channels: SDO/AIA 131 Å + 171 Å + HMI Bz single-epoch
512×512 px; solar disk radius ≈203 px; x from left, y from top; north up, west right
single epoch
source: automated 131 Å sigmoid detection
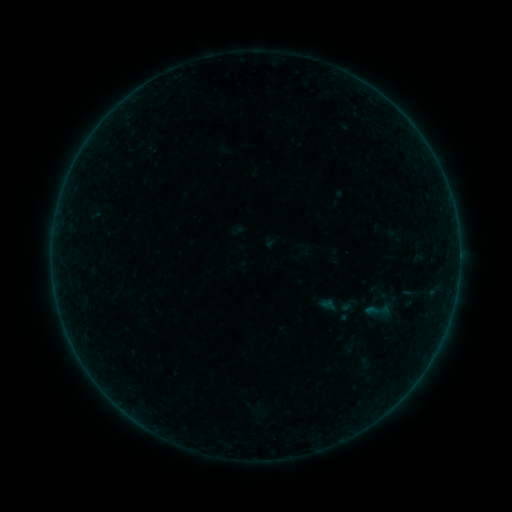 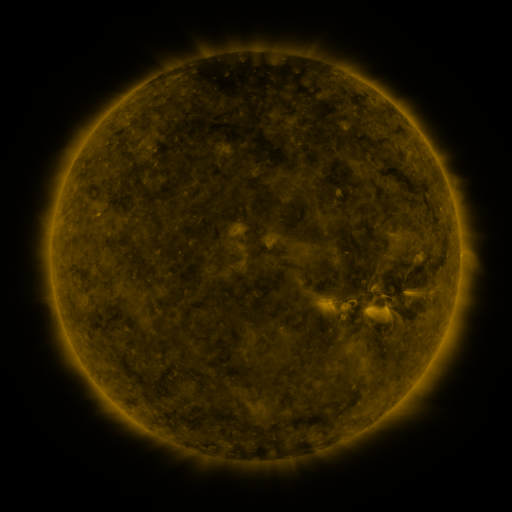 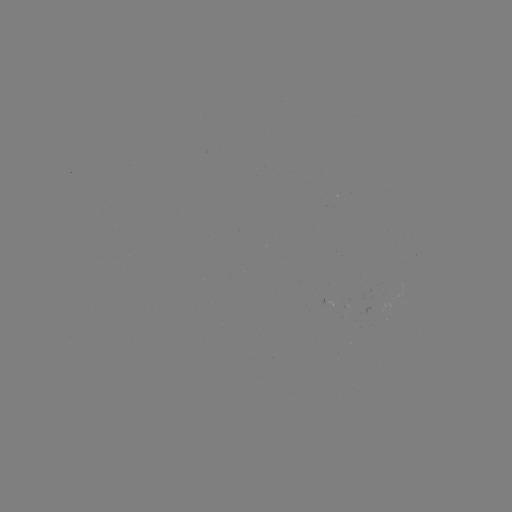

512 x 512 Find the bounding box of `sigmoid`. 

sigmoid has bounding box [364, 297, 392, 324].